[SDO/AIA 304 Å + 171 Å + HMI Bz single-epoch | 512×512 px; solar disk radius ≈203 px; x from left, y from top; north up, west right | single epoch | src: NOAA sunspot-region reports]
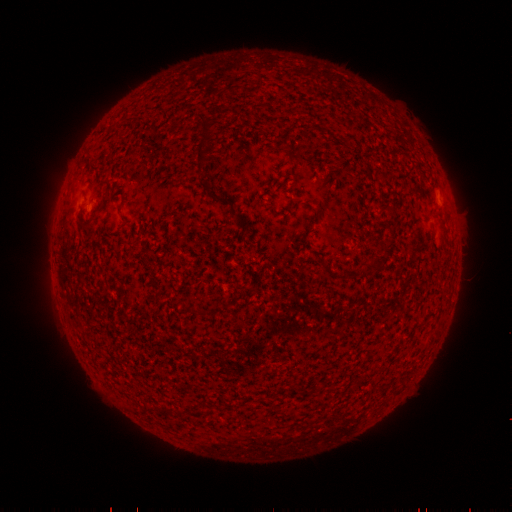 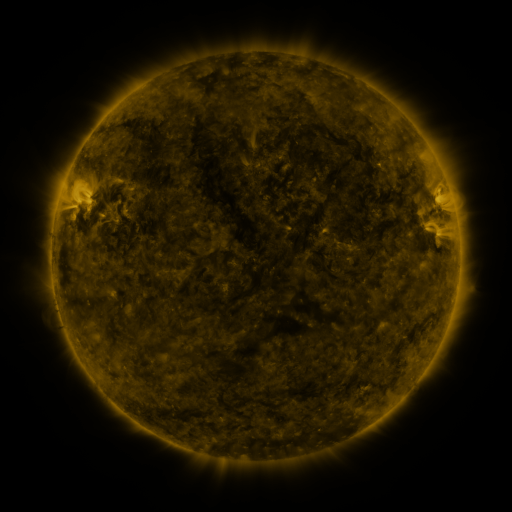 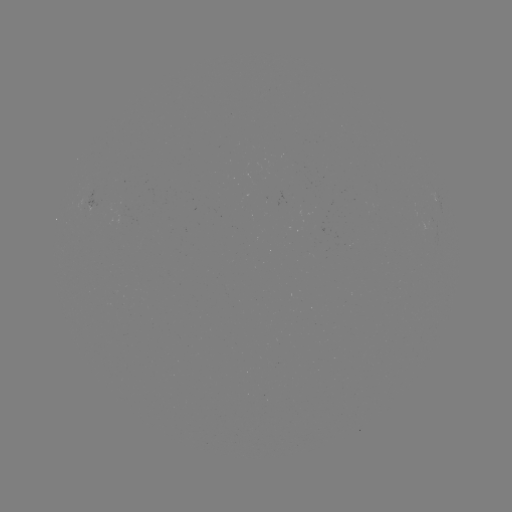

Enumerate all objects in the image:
spotted active region: (437, 200)
spotted active region: (96, 203)
